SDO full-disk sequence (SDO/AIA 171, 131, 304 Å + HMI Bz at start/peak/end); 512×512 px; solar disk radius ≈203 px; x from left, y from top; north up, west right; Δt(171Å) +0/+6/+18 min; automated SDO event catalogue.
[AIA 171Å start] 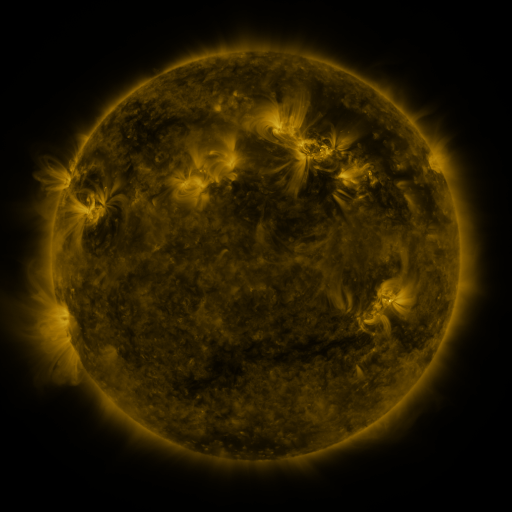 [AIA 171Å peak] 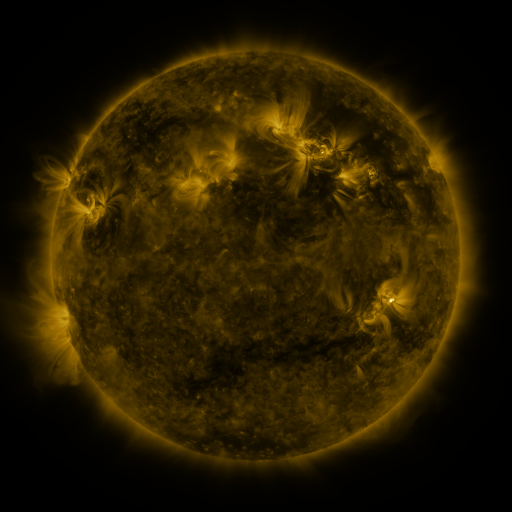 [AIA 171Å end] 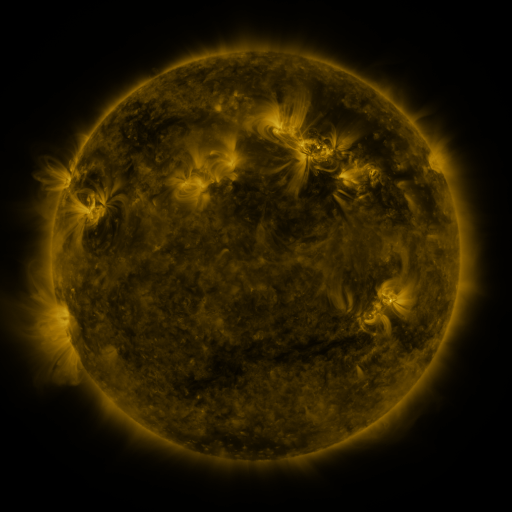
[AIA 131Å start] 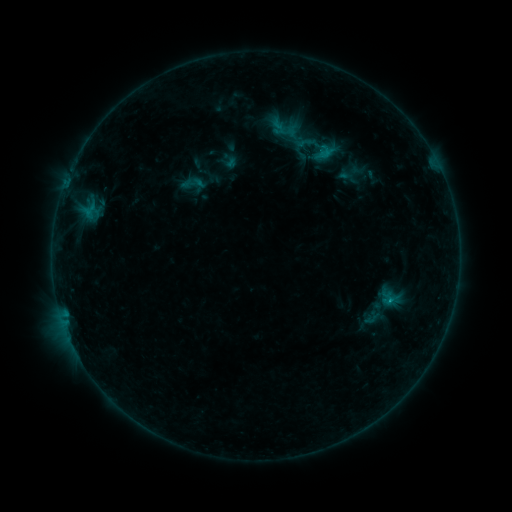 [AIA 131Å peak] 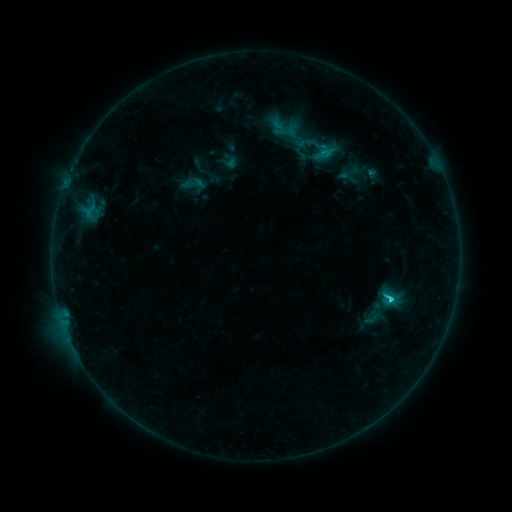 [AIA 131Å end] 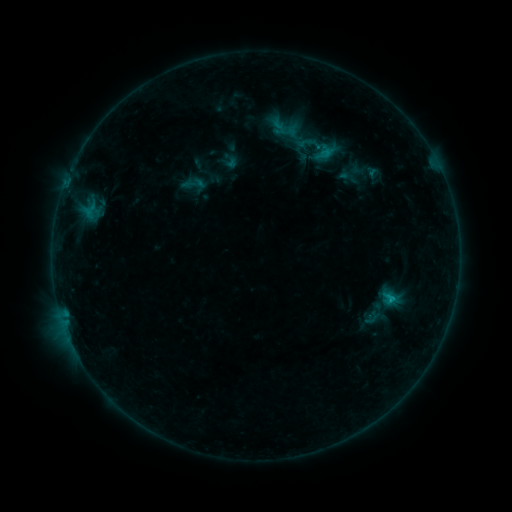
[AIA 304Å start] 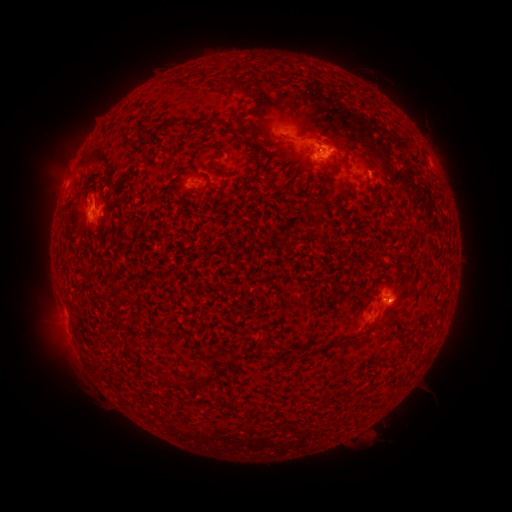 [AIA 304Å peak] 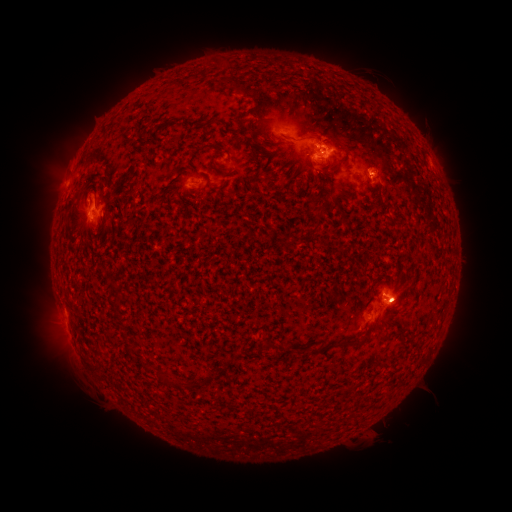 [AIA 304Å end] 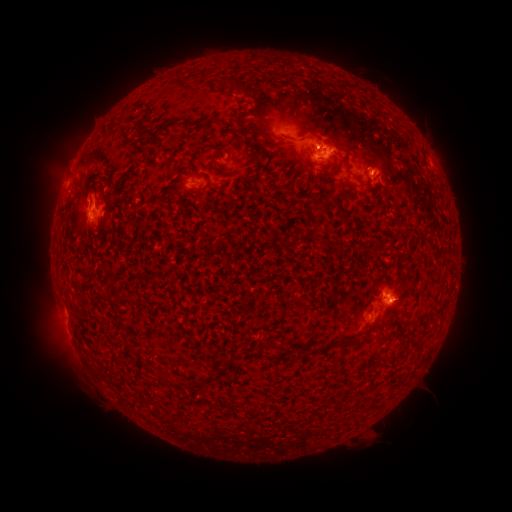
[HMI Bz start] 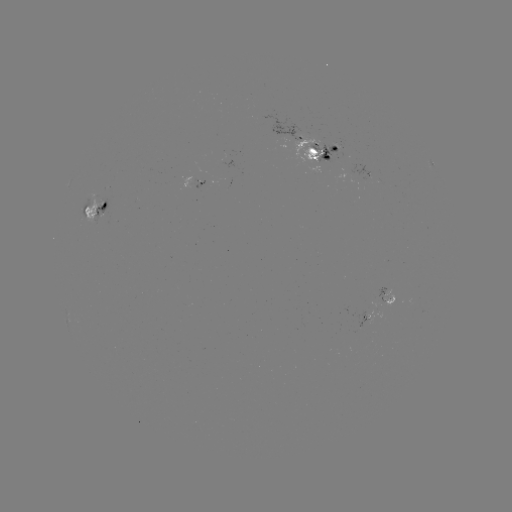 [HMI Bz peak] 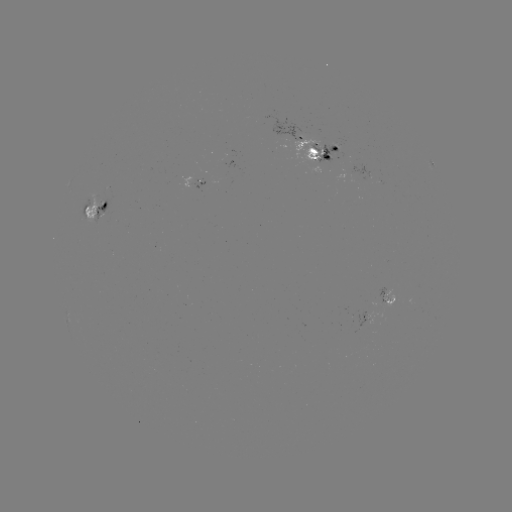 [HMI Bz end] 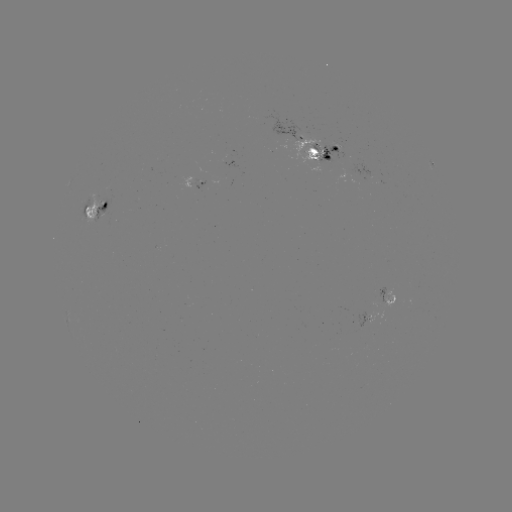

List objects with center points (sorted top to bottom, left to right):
C1.6 flare: (391, 297)
